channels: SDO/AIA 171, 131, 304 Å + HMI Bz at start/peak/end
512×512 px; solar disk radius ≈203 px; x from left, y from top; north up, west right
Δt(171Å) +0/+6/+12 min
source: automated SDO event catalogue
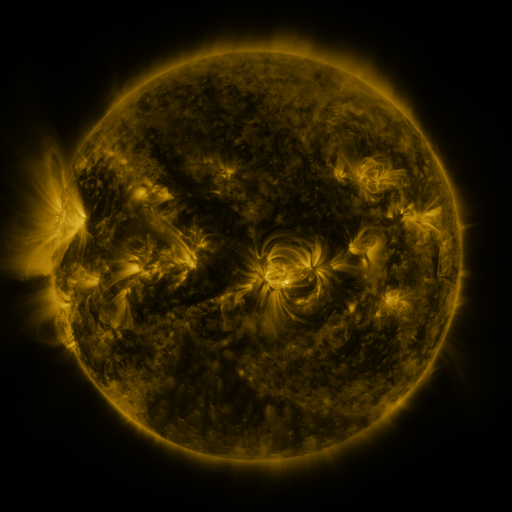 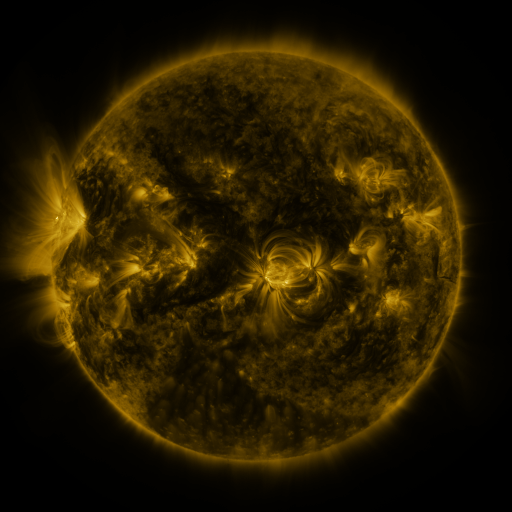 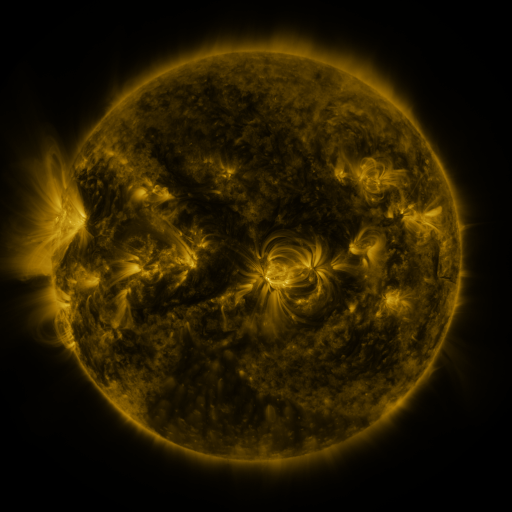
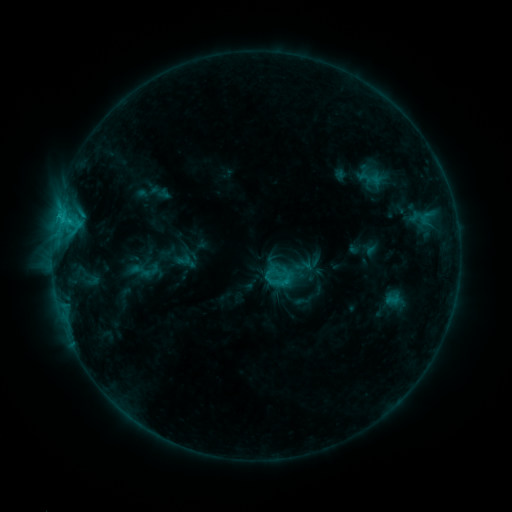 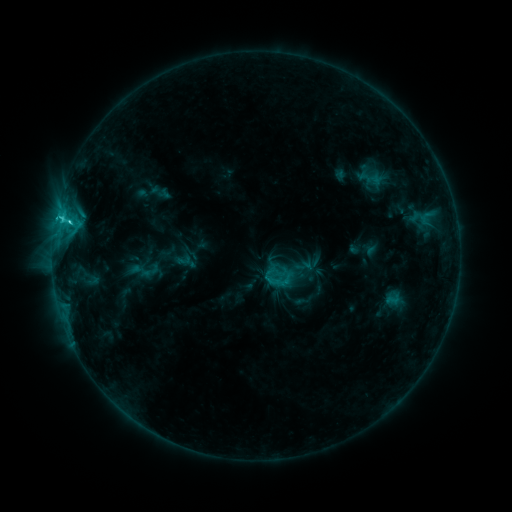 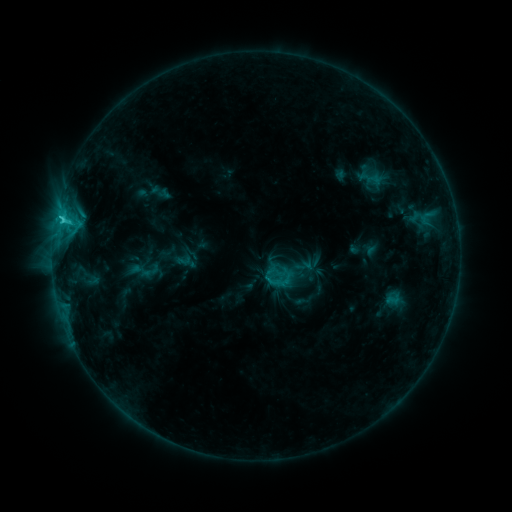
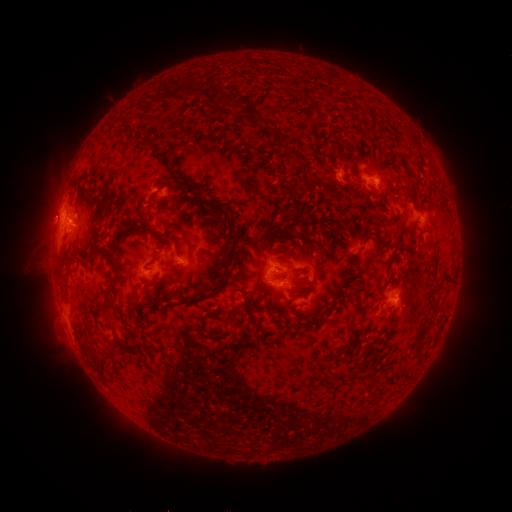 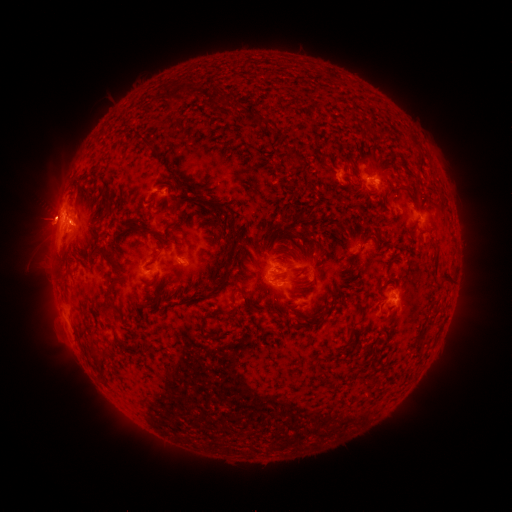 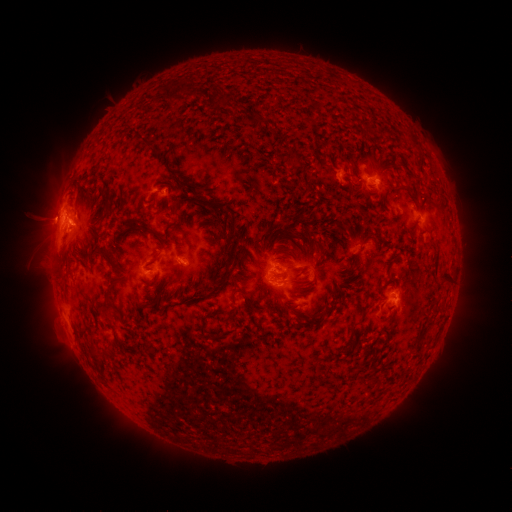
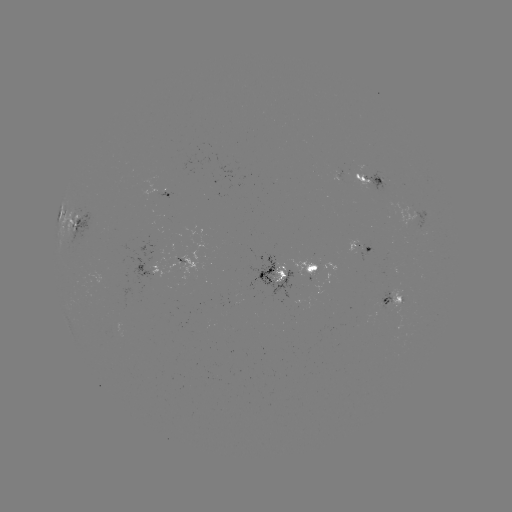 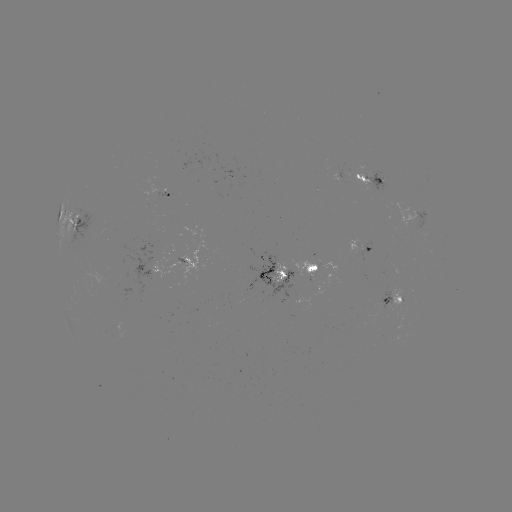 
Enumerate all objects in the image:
C2.1 flare: (71, 223)
